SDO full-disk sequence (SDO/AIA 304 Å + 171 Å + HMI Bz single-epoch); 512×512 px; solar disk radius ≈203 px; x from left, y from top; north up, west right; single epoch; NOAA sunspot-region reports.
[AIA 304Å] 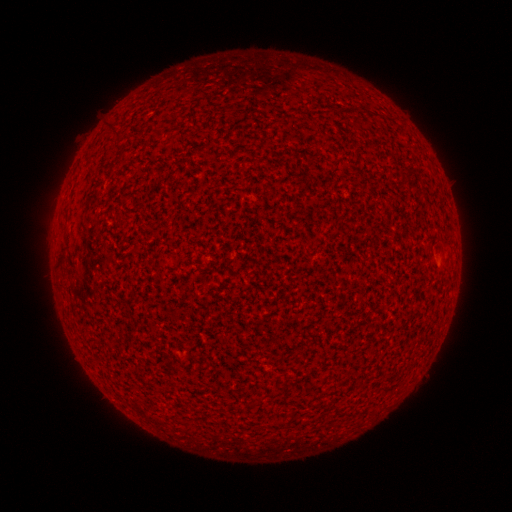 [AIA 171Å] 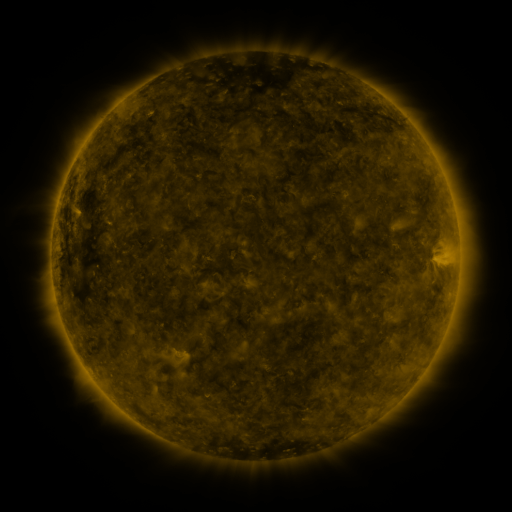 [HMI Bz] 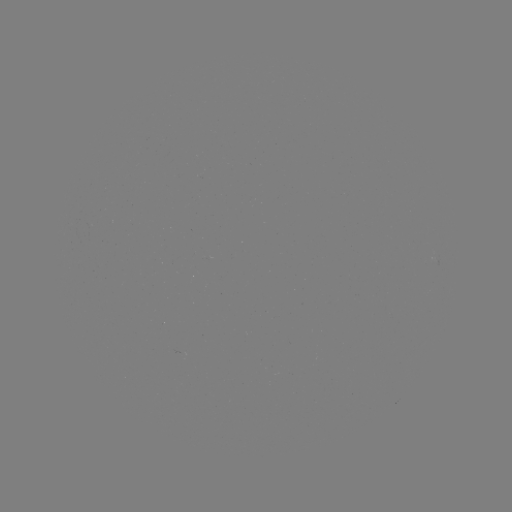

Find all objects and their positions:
(none)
